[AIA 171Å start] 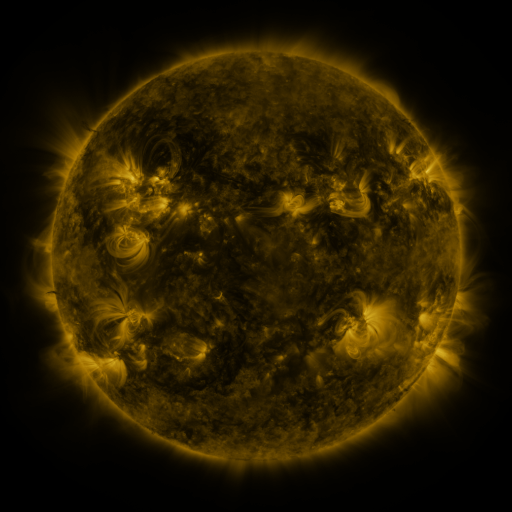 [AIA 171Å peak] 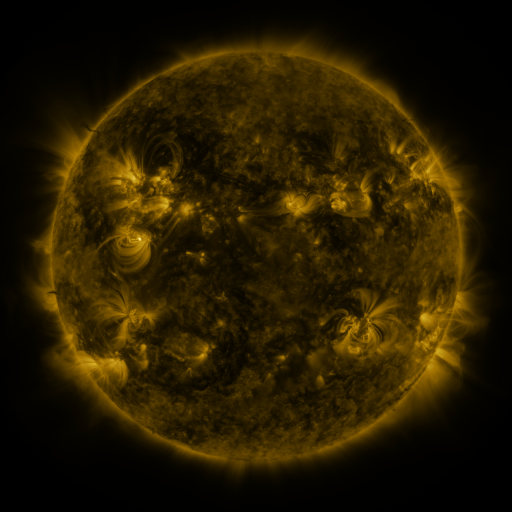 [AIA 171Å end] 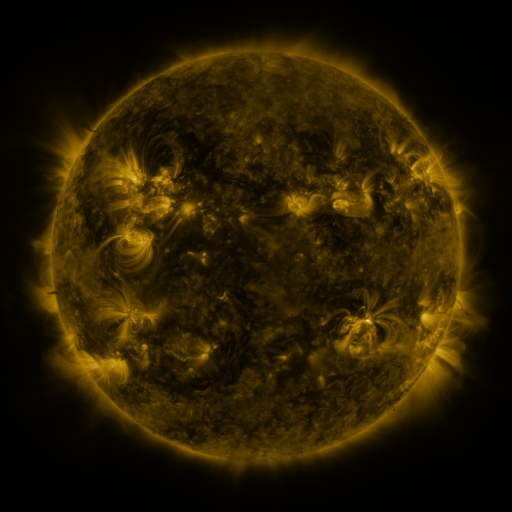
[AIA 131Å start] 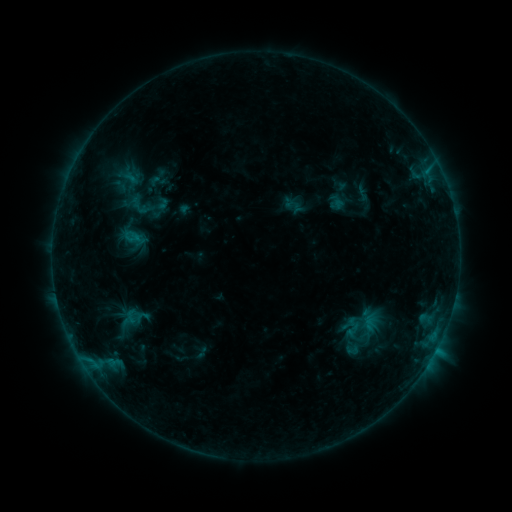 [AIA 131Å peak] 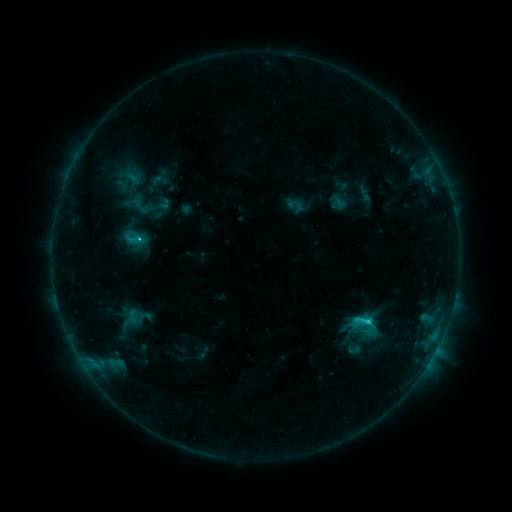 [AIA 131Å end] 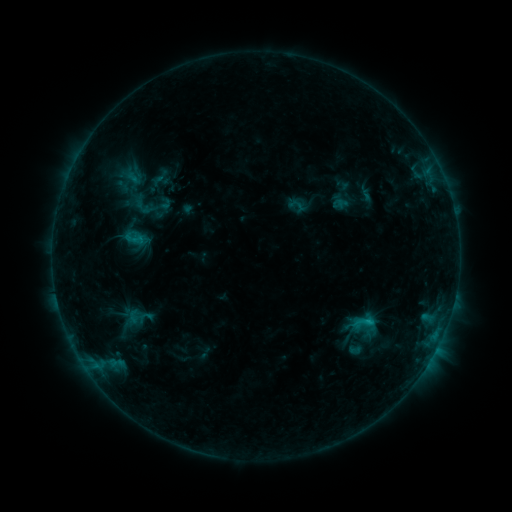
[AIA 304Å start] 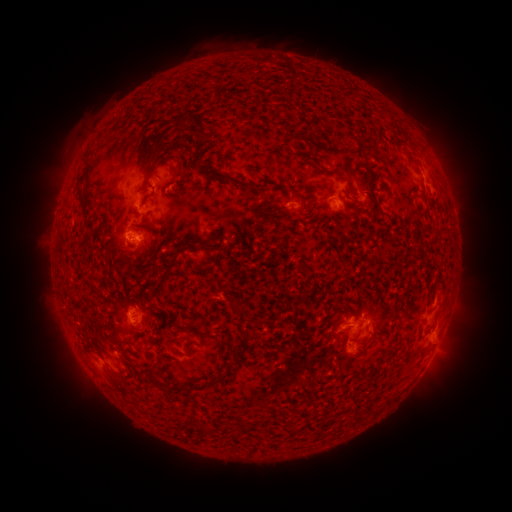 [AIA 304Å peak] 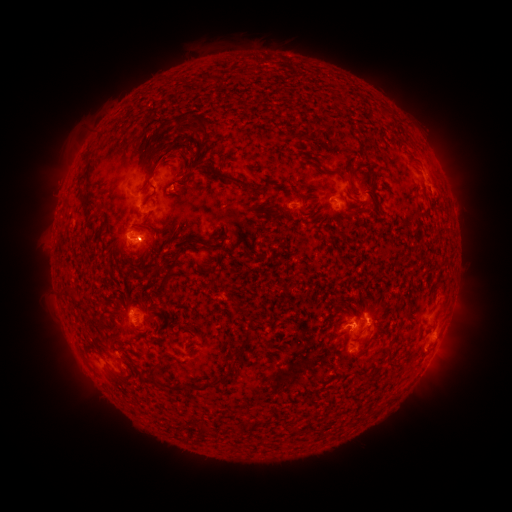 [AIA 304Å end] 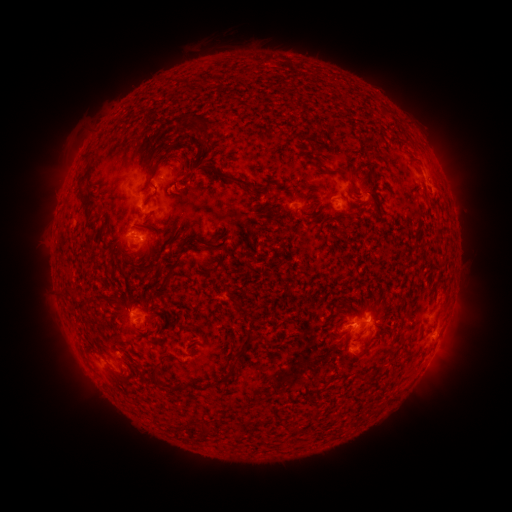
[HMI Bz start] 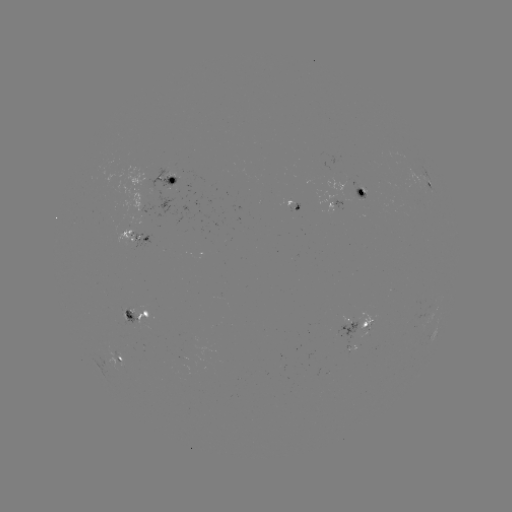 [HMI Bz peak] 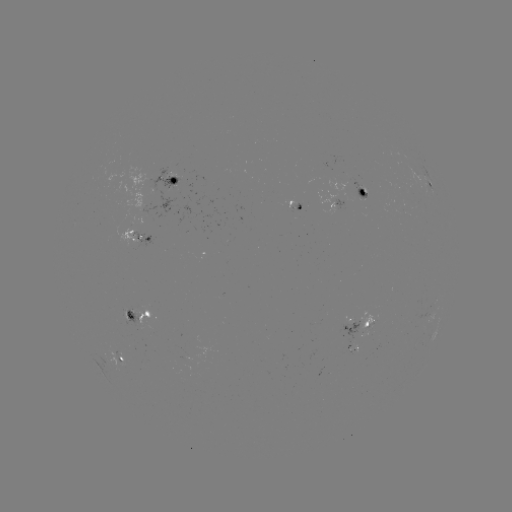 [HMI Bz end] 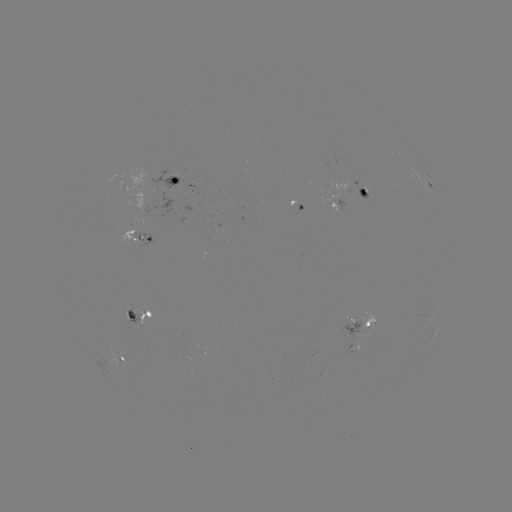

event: flare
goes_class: C2.2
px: (367, 318)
